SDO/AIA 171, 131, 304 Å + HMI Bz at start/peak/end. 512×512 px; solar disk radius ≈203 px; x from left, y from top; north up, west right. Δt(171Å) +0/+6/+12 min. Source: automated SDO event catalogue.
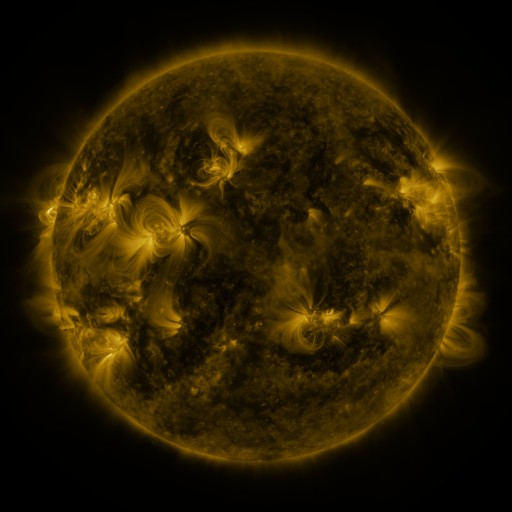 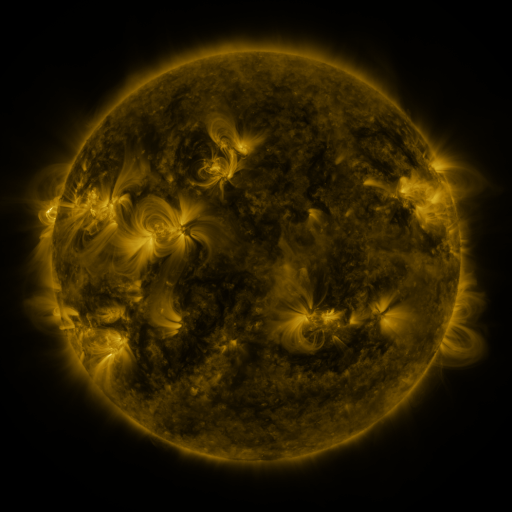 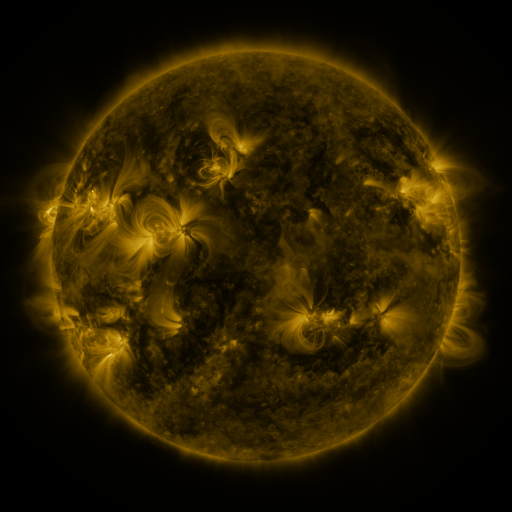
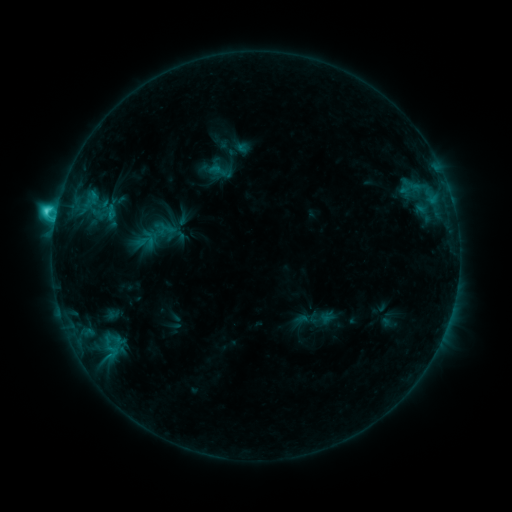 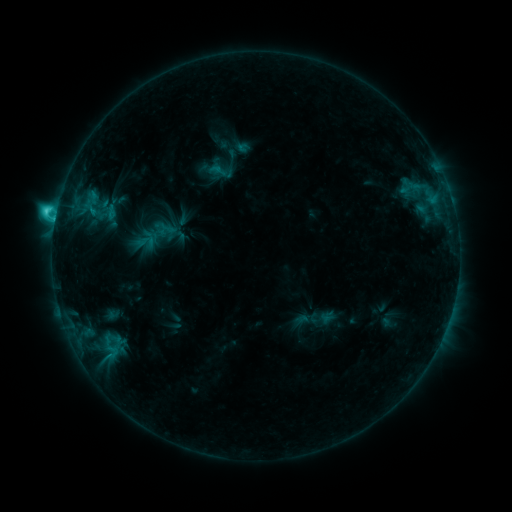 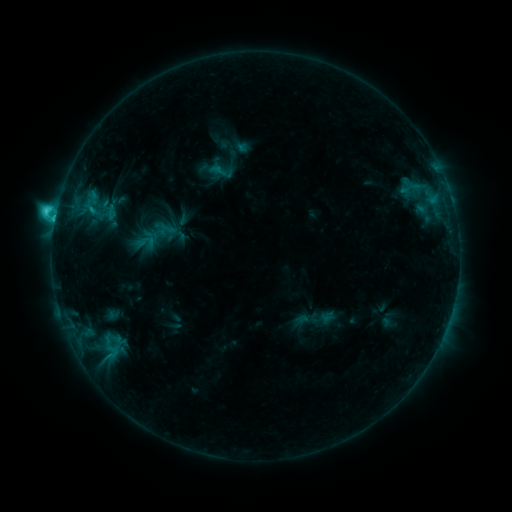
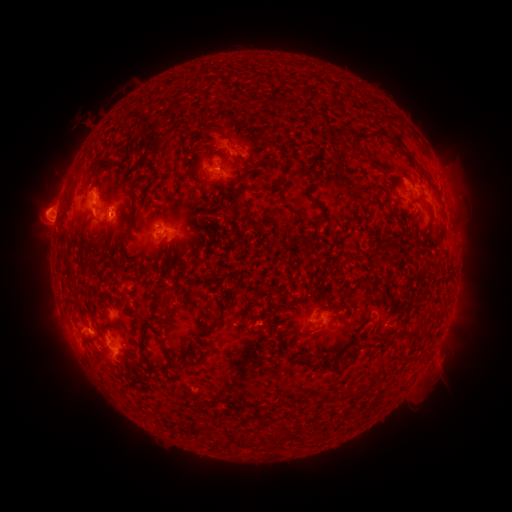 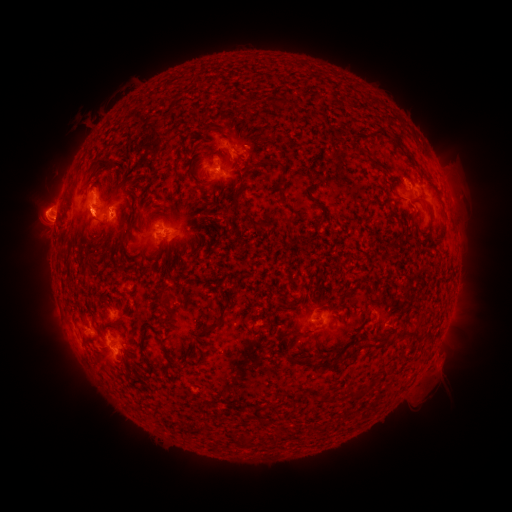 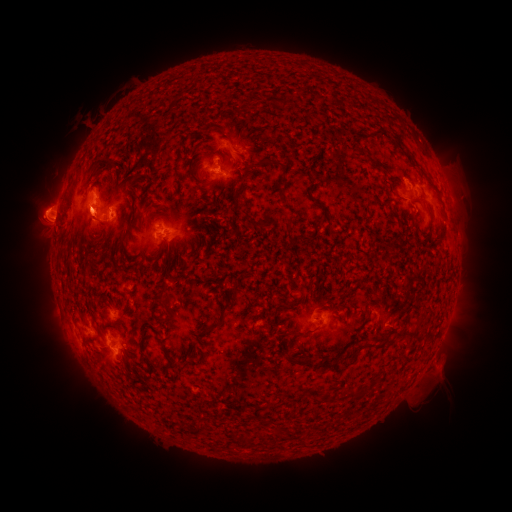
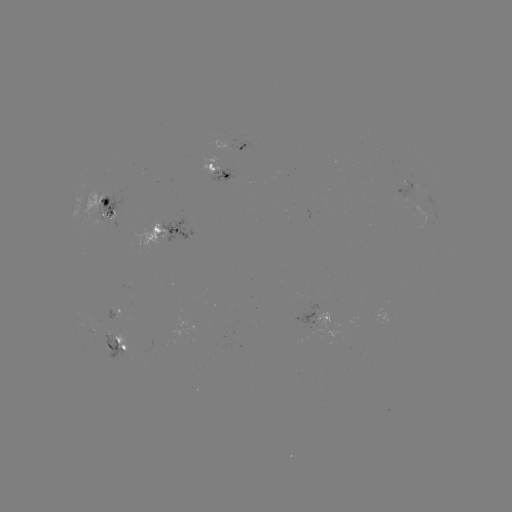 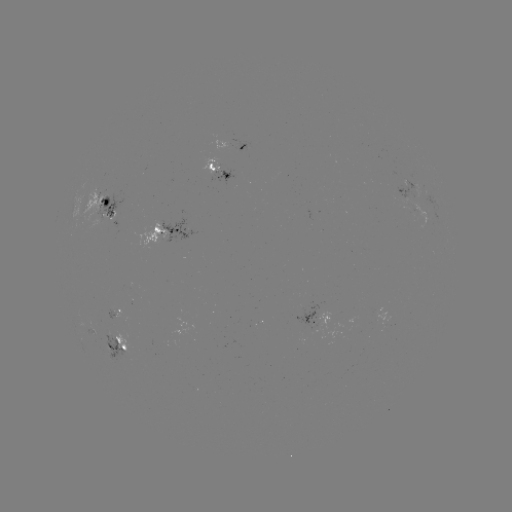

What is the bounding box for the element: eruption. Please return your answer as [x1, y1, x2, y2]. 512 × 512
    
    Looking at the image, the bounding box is [65, 200, 107, 241].